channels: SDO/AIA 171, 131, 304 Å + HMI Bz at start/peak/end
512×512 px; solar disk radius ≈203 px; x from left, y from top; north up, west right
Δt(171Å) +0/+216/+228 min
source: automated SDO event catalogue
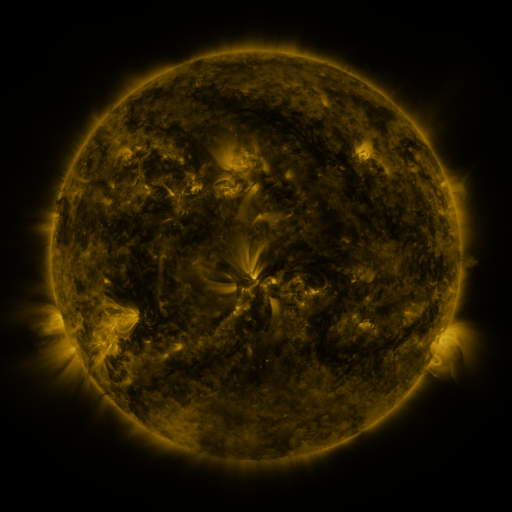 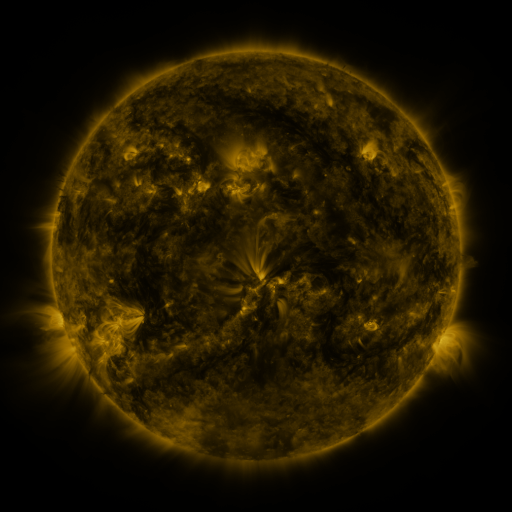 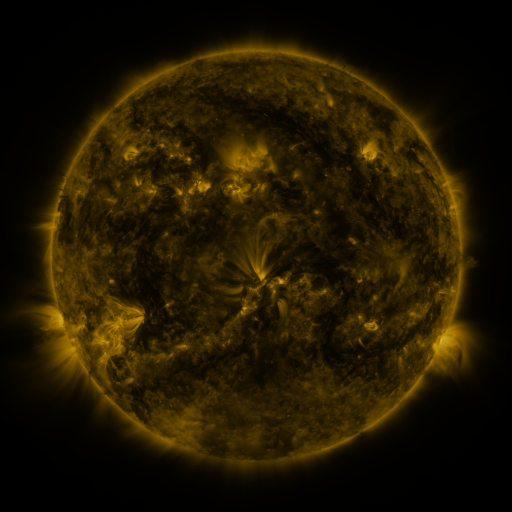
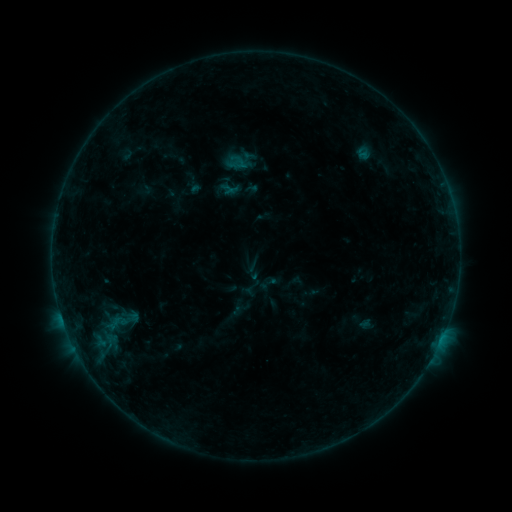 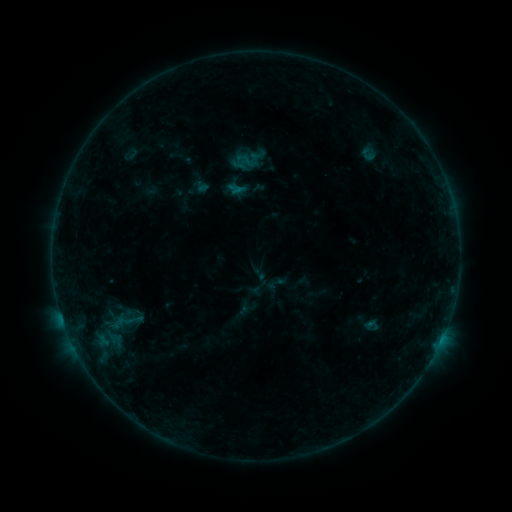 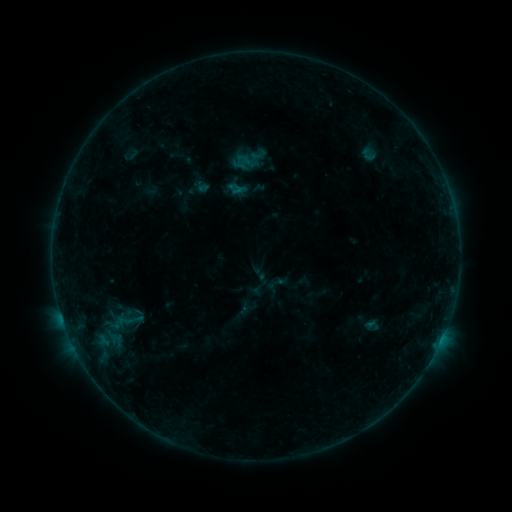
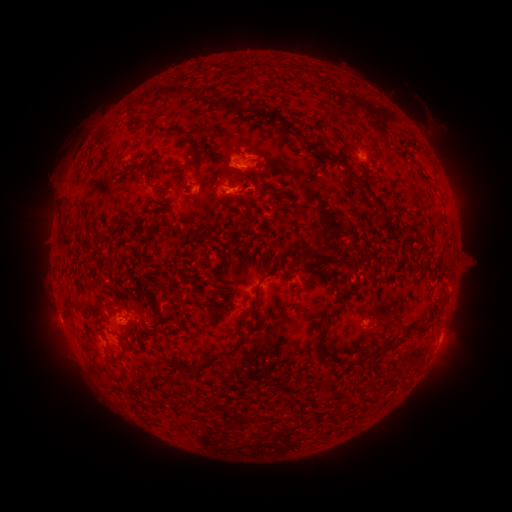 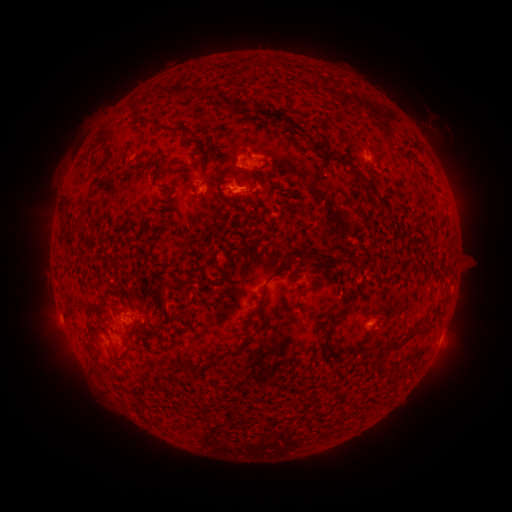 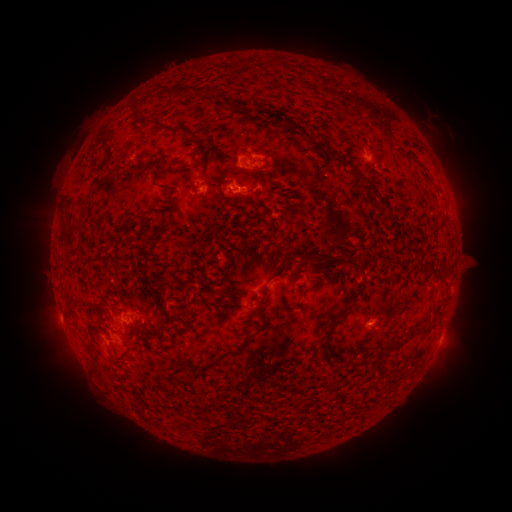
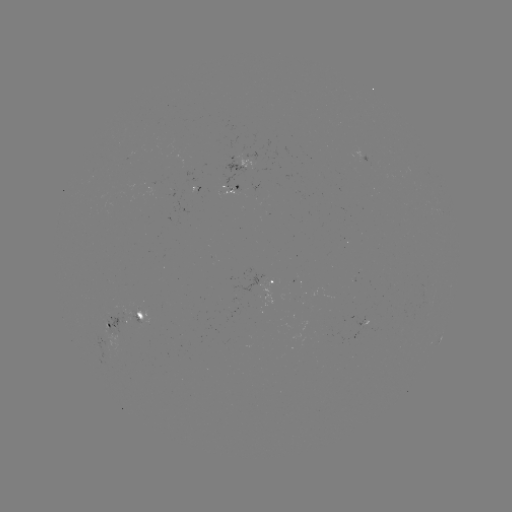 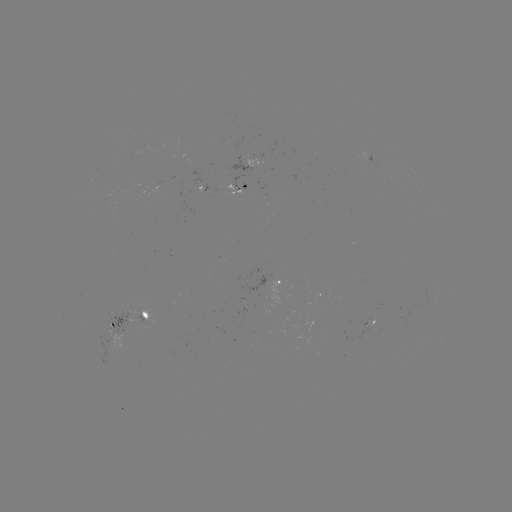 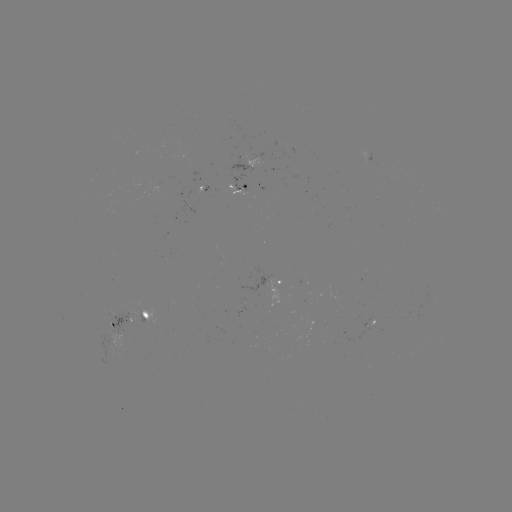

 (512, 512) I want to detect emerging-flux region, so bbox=[240, 183, 254, 191].